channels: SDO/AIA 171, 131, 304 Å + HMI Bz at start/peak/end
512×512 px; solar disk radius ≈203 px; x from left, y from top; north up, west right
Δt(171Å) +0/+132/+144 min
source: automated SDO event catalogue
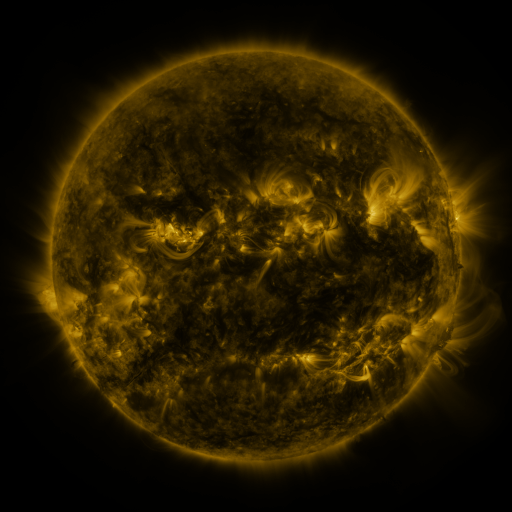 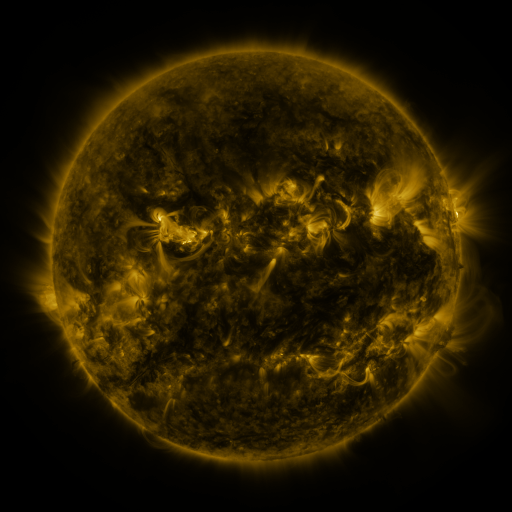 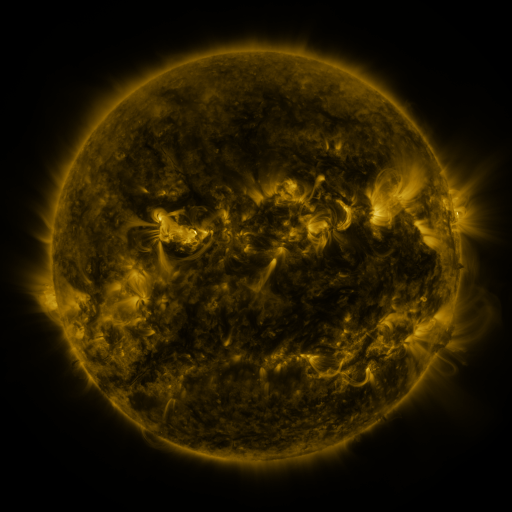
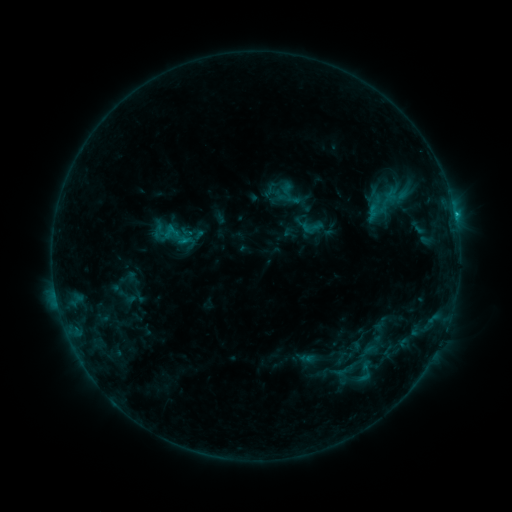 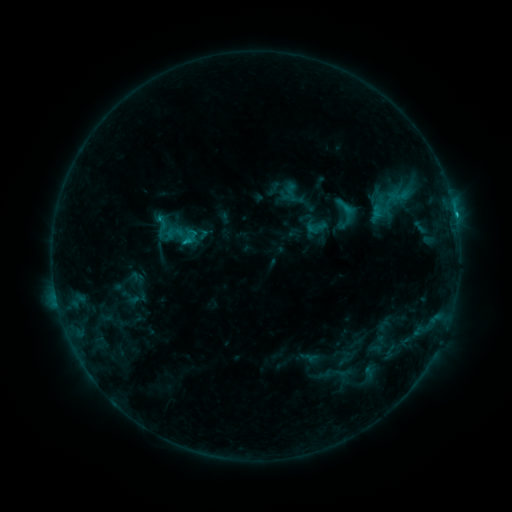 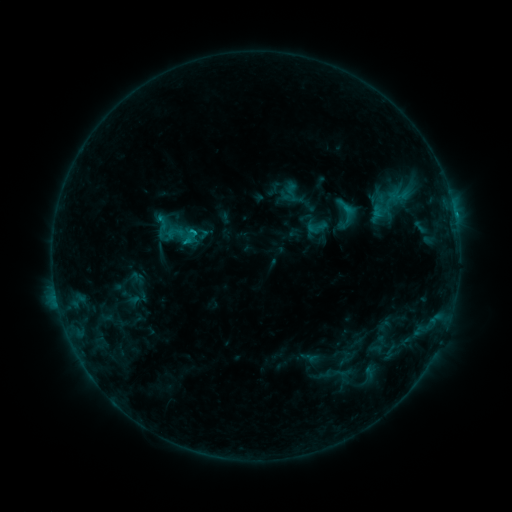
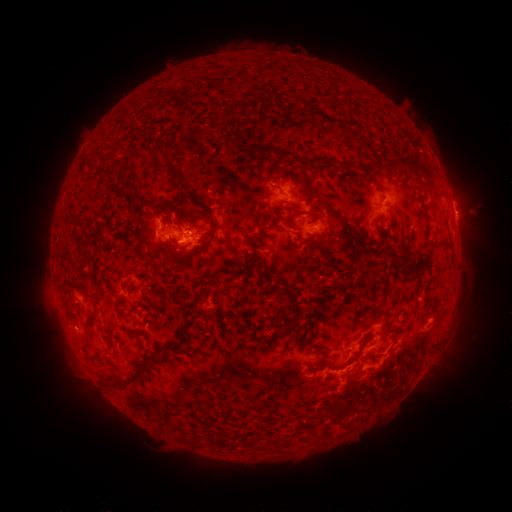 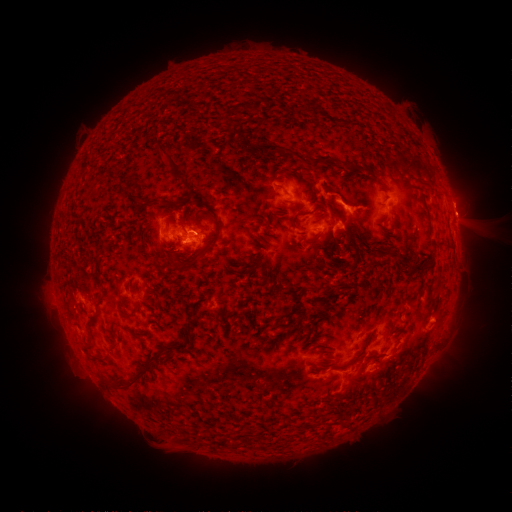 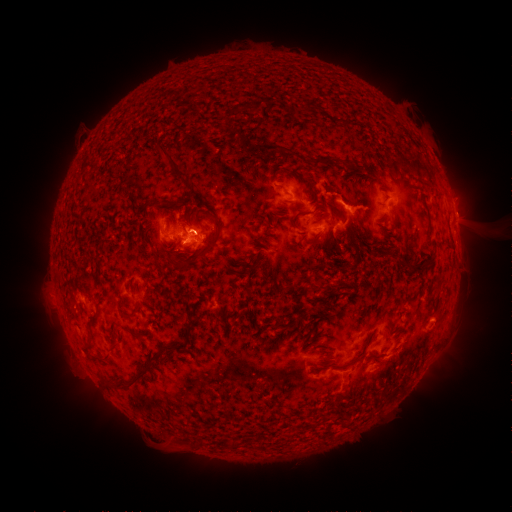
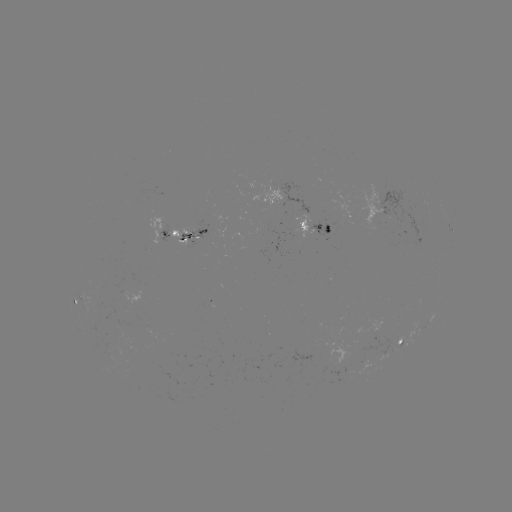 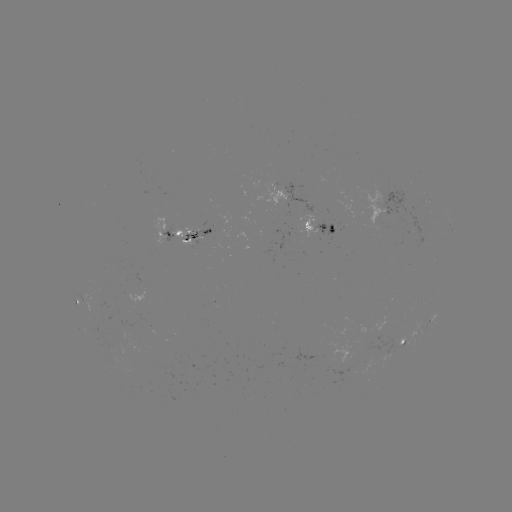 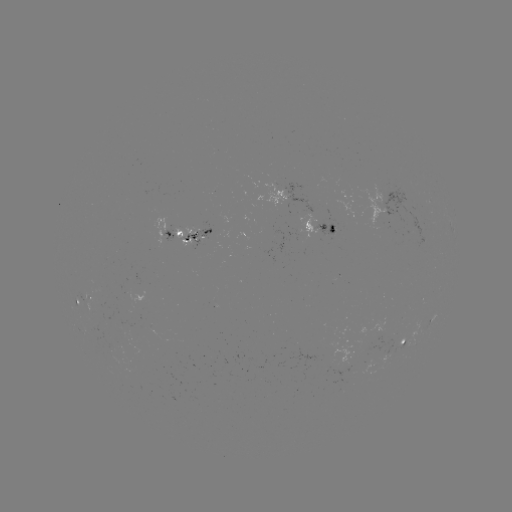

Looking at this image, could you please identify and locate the emerging-flux region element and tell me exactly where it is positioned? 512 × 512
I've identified emerging-flux region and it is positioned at [199, 238].